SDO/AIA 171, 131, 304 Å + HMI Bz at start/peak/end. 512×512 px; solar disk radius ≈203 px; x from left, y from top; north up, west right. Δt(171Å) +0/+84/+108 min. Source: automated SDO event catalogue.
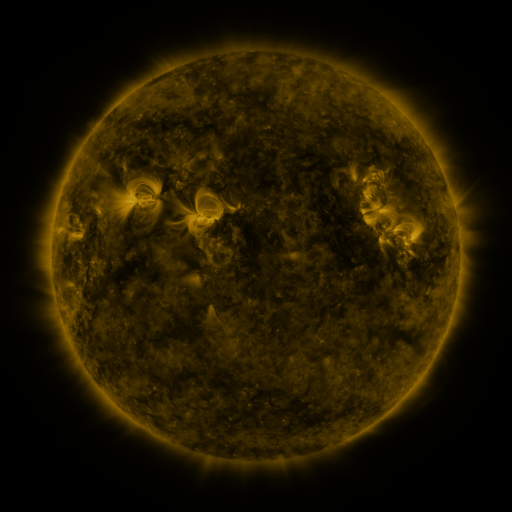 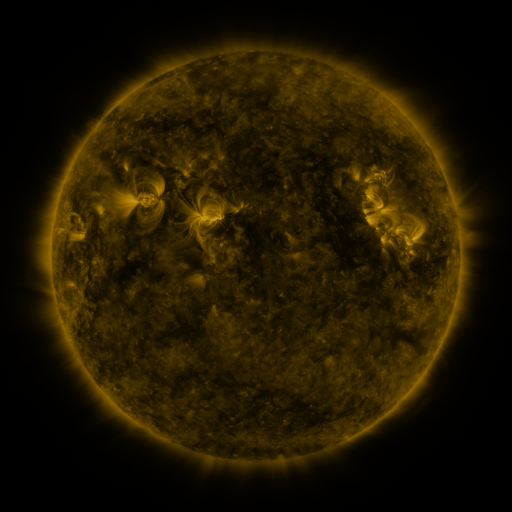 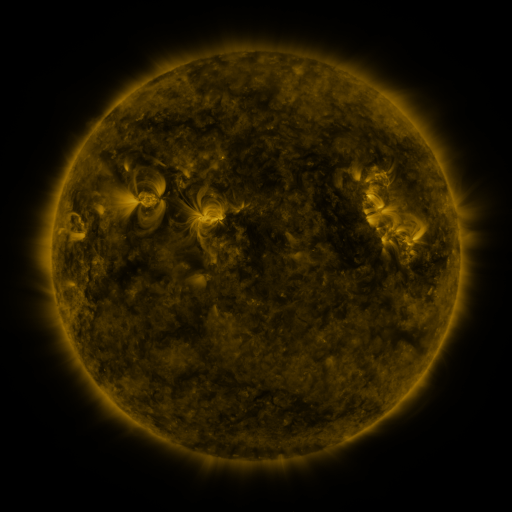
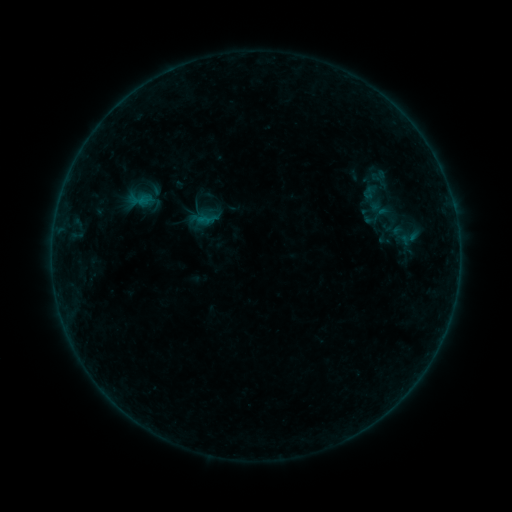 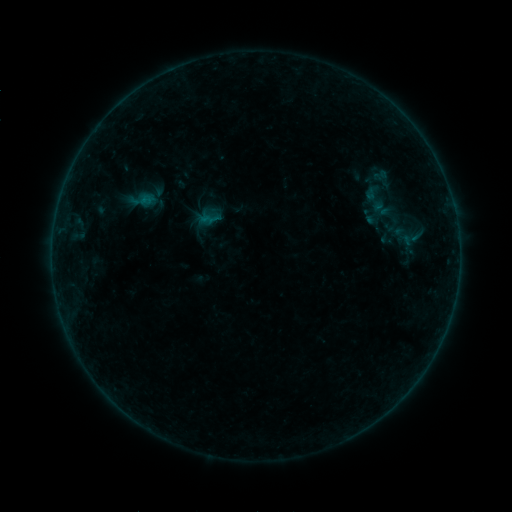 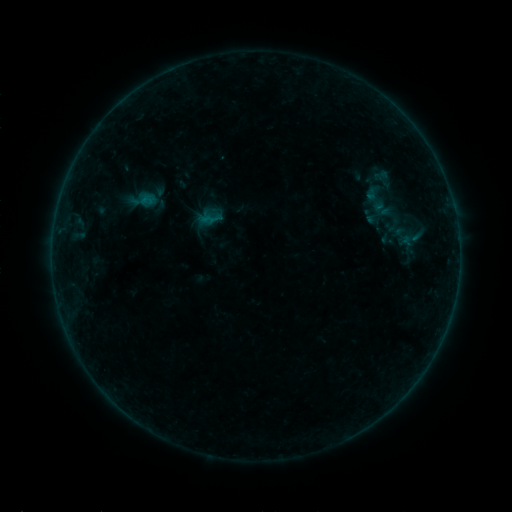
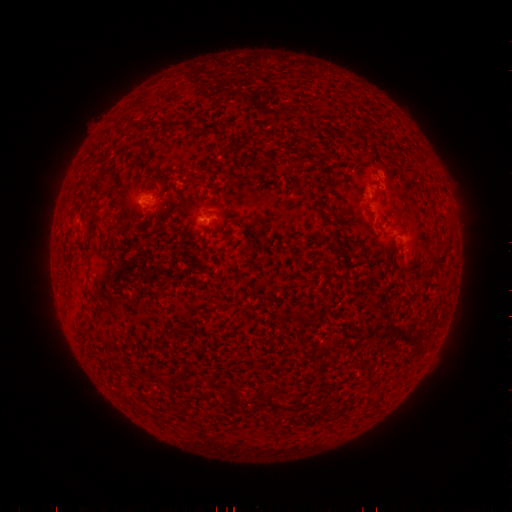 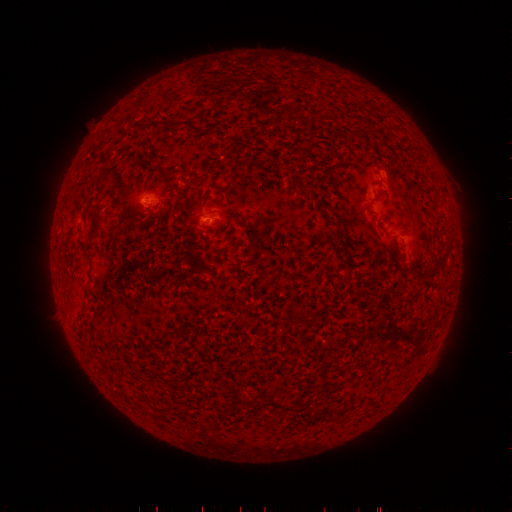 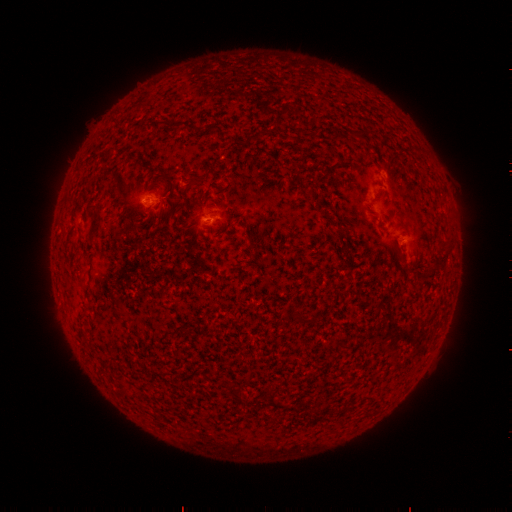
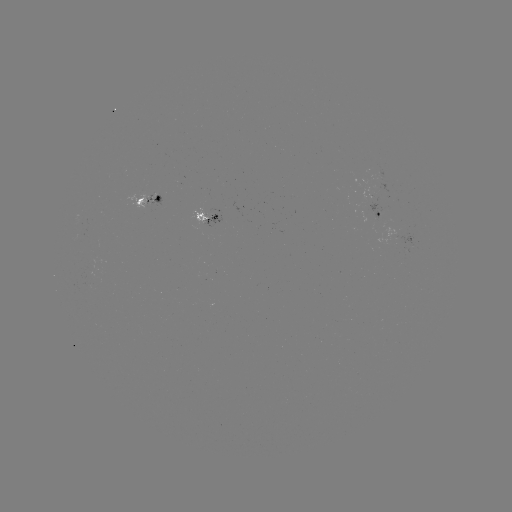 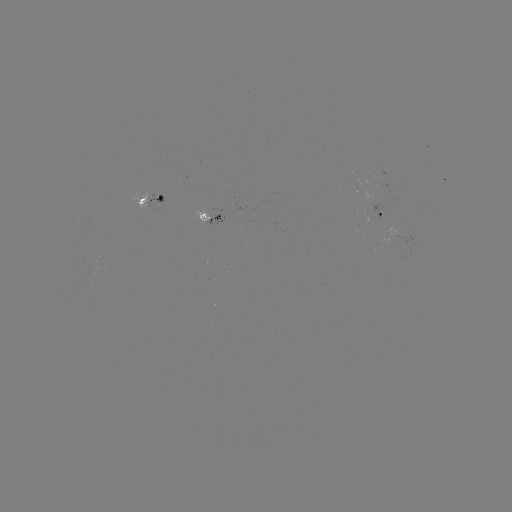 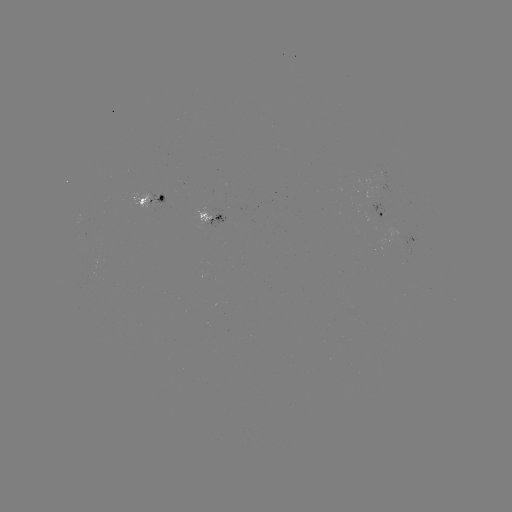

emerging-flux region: (147, 197, 164, 208)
